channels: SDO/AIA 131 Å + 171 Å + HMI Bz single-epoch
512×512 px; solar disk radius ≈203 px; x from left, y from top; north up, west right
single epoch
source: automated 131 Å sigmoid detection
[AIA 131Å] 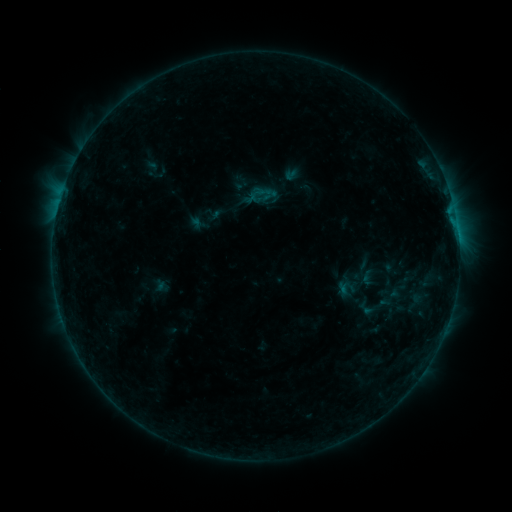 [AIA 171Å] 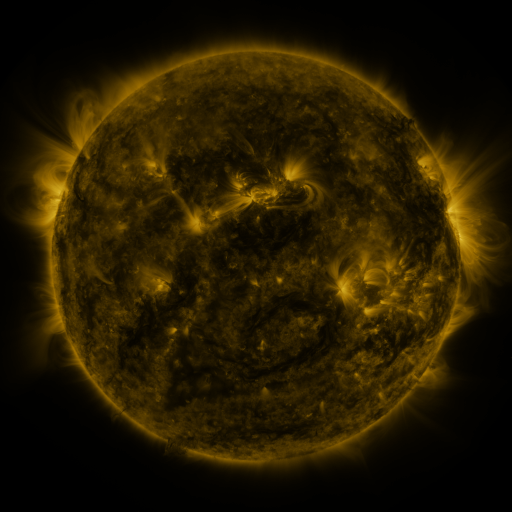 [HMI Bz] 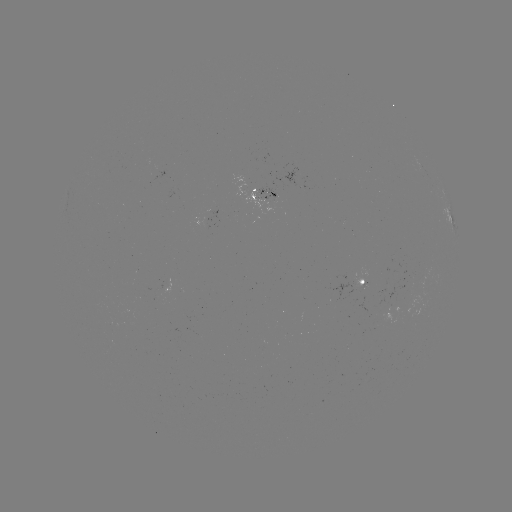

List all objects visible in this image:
sigmoid: (356, 298, 374, 318)
